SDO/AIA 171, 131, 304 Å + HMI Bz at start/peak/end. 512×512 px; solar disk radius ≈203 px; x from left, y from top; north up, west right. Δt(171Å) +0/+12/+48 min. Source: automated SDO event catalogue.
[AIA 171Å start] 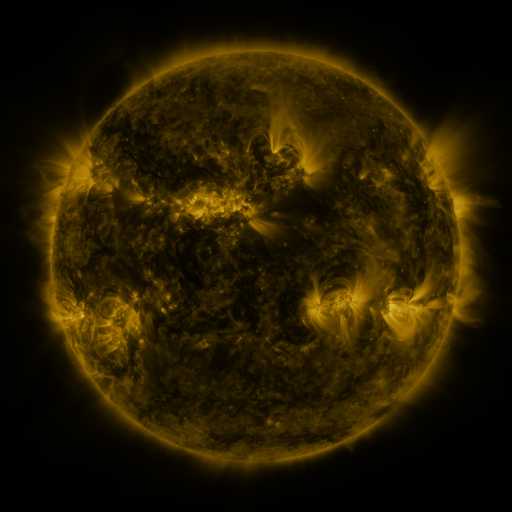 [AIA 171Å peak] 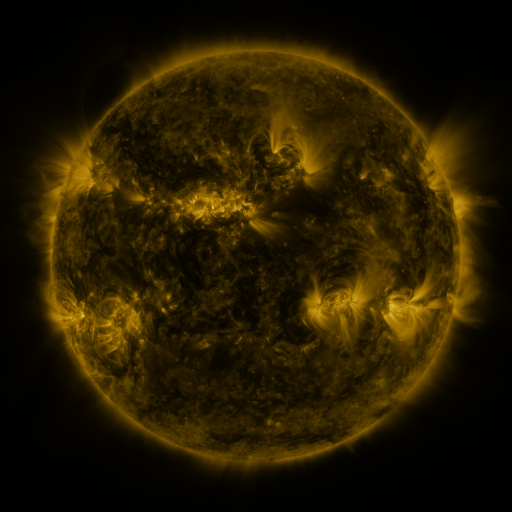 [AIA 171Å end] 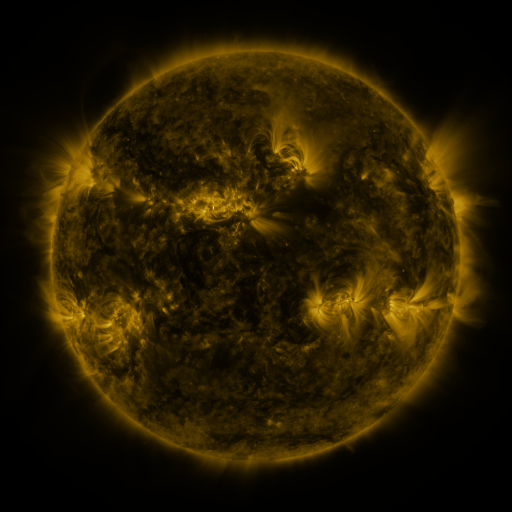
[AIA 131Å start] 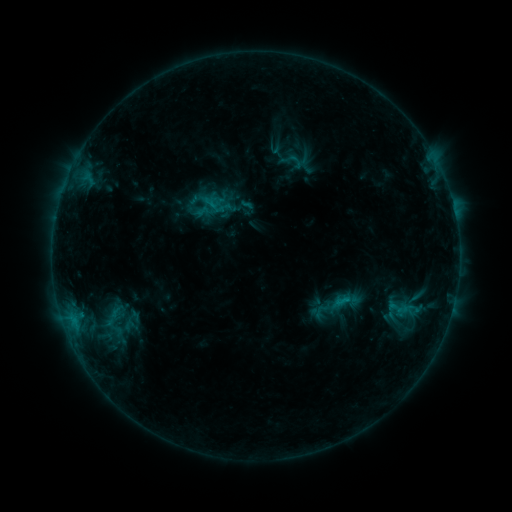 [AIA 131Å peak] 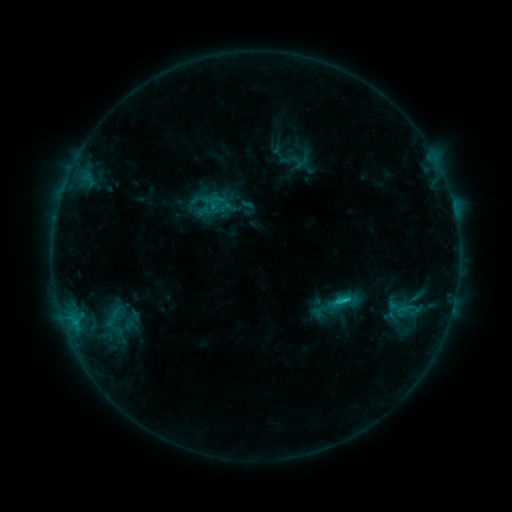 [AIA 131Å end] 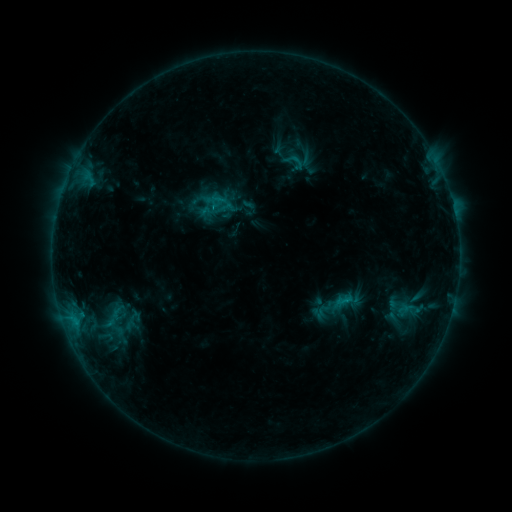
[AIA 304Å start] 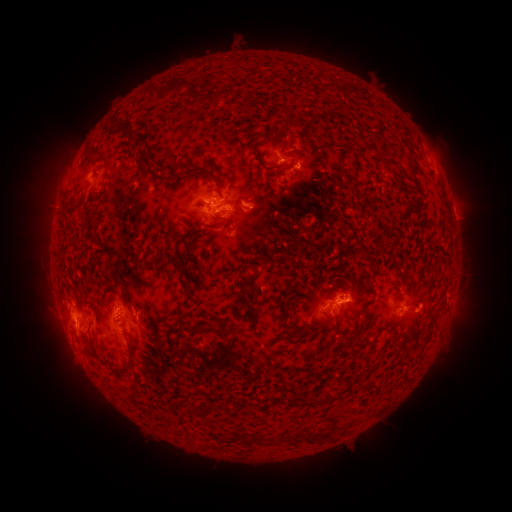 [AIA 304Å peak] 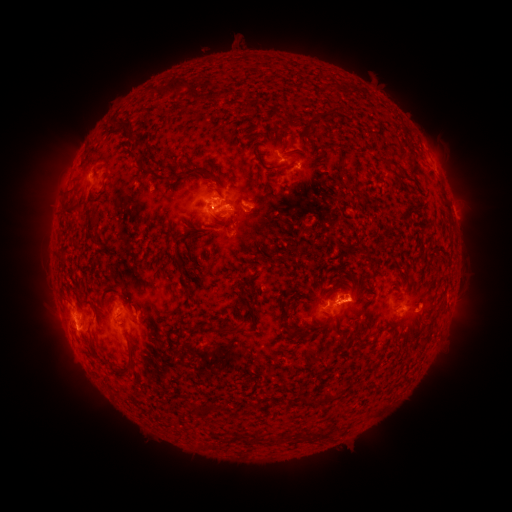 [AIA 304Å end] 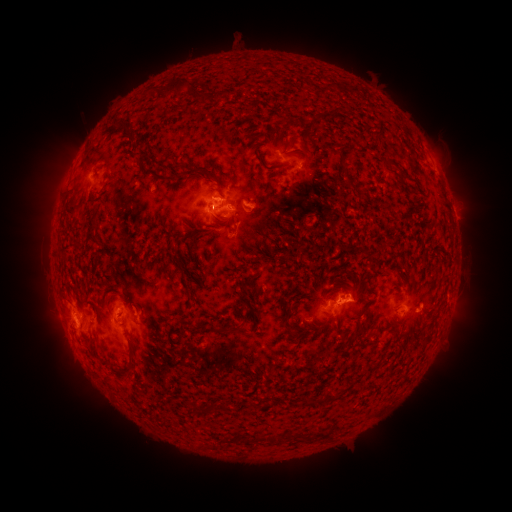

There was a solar flare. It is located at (341, 299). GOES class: C1.8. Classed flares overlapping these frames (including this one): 2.